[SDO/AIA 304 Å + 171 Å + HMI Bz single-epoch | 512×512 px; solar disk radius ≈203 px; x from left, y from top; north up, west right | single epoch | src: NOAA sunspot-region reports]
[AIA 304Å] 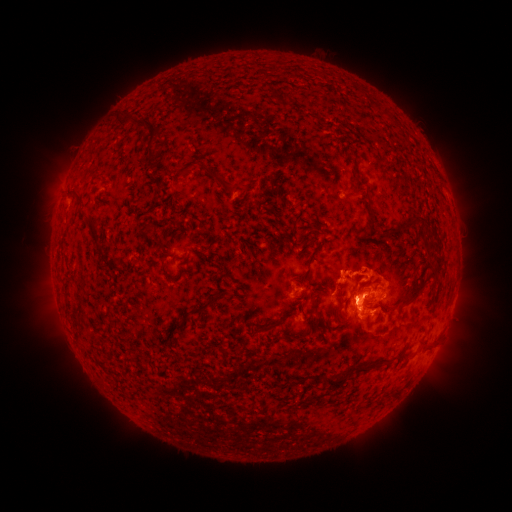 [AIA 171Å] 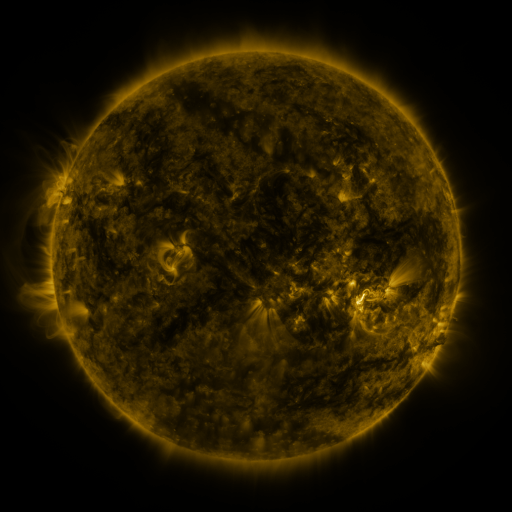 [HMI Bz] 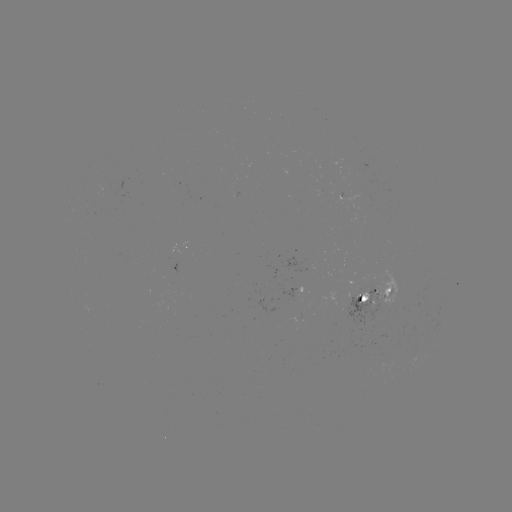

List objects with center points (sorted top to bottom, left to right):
spotted active region: (189, 249)
spotted active region: (299, 291)
spotted active region: (375, 299)
